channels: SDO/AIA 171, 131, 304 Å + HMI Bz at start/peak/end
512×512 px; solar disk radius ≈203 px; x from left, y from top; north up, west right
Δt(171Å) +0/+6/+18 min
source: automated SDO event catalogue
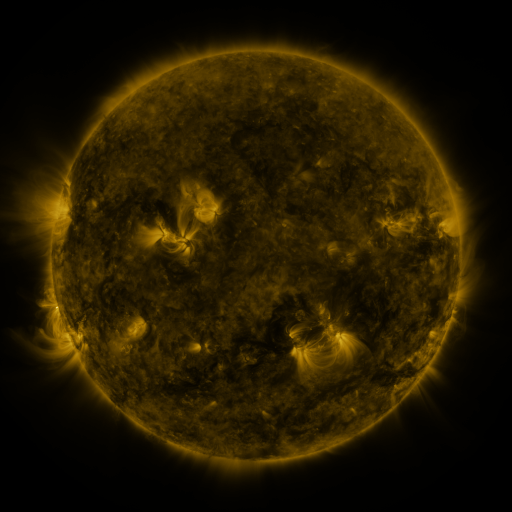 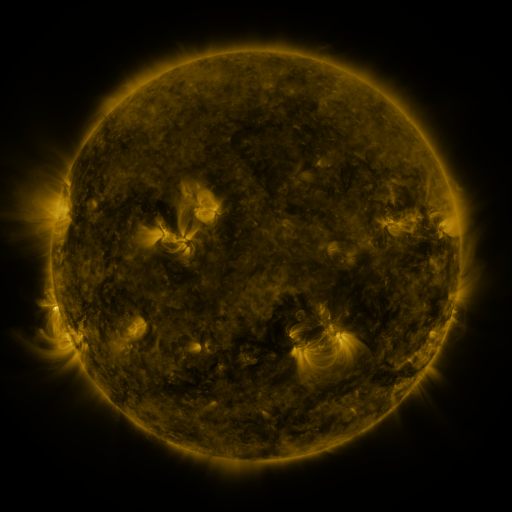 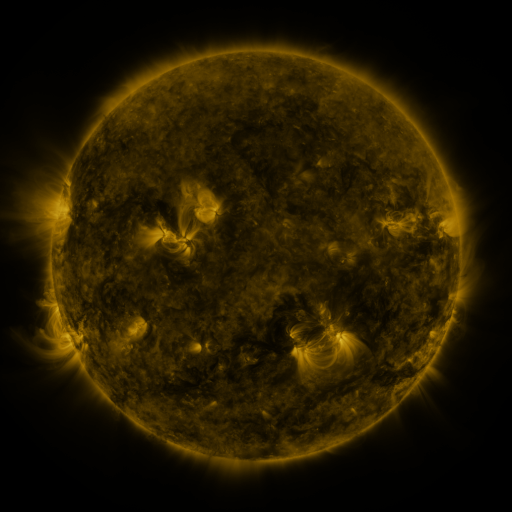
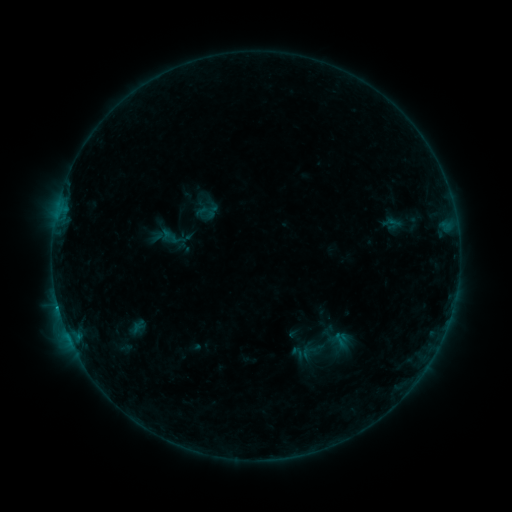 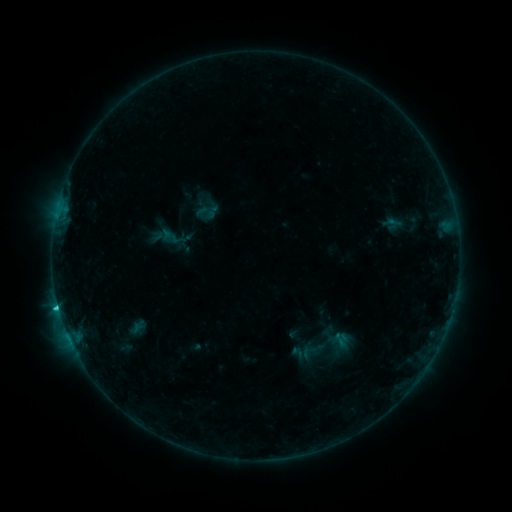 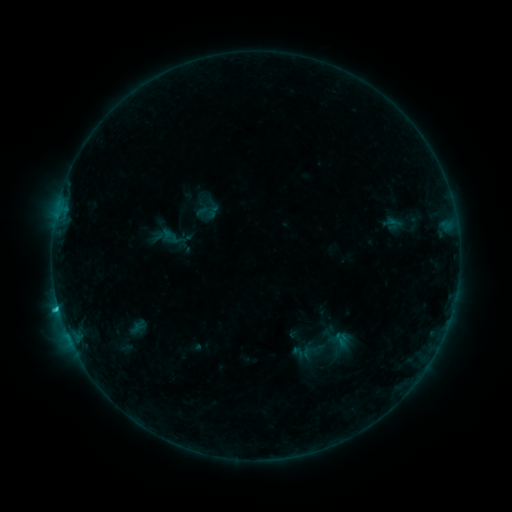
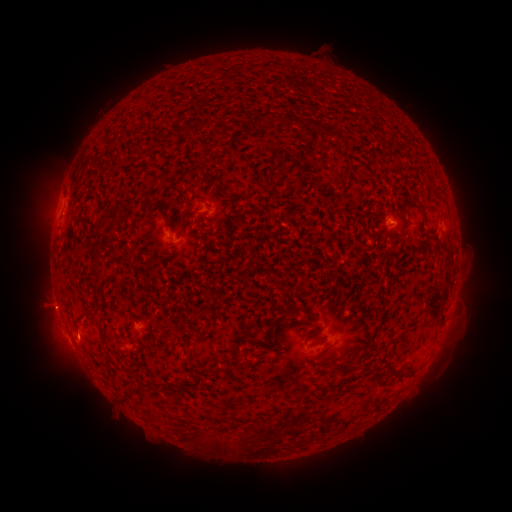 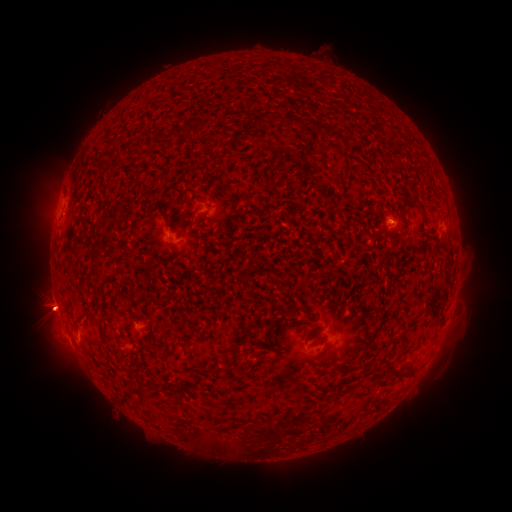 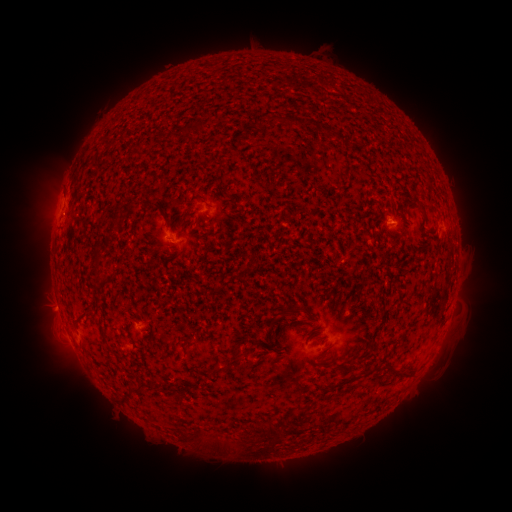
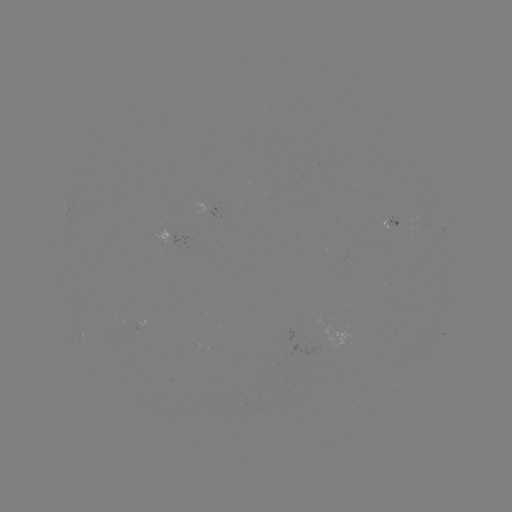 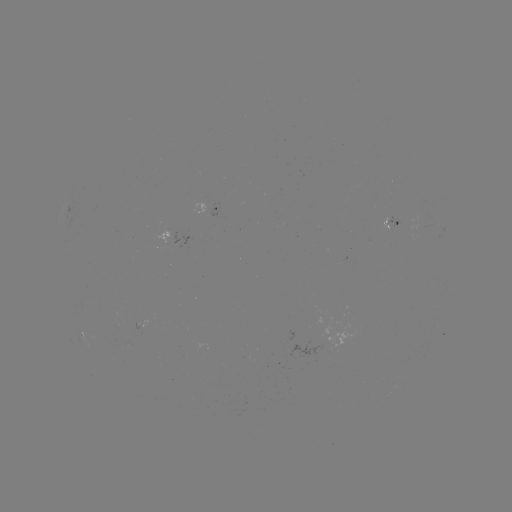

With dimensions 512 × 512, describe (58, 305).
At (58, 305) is C2.3 flare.